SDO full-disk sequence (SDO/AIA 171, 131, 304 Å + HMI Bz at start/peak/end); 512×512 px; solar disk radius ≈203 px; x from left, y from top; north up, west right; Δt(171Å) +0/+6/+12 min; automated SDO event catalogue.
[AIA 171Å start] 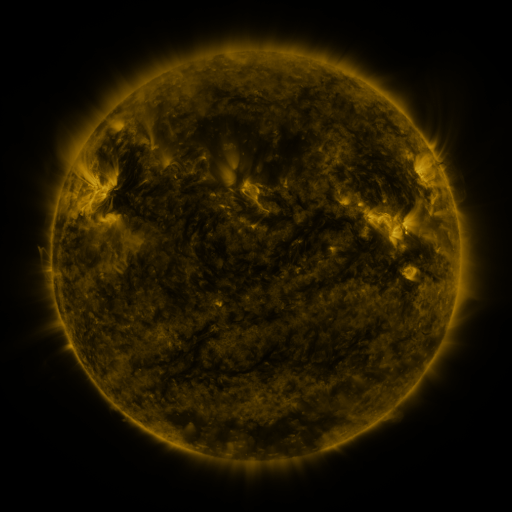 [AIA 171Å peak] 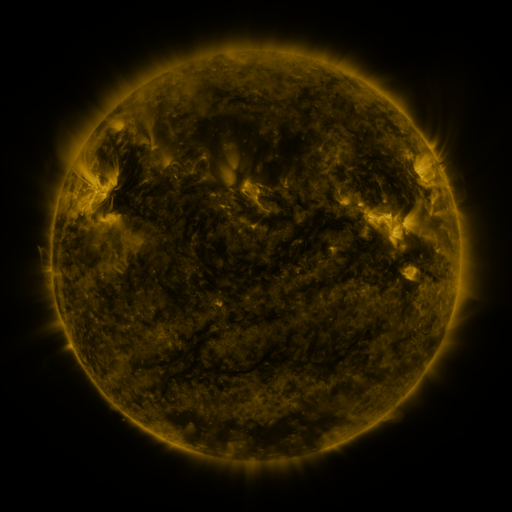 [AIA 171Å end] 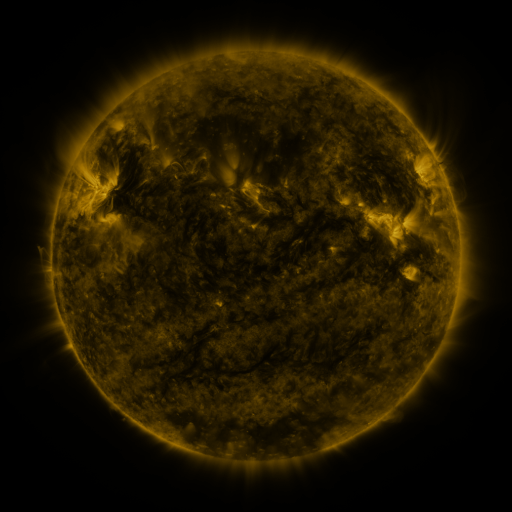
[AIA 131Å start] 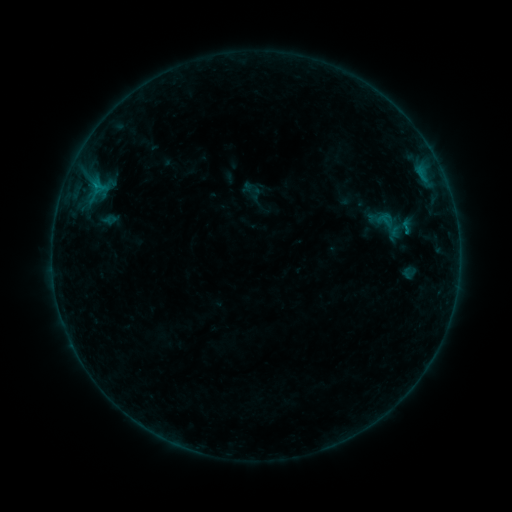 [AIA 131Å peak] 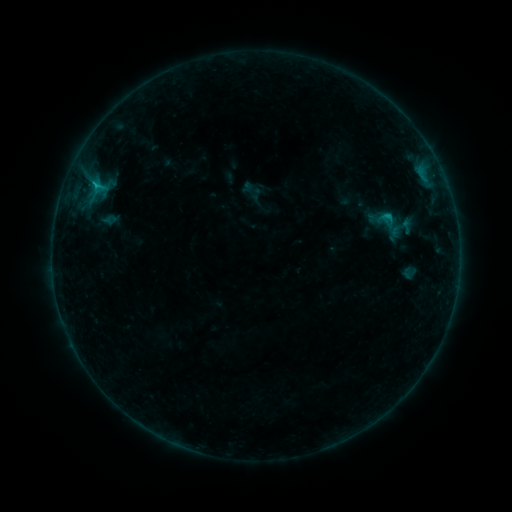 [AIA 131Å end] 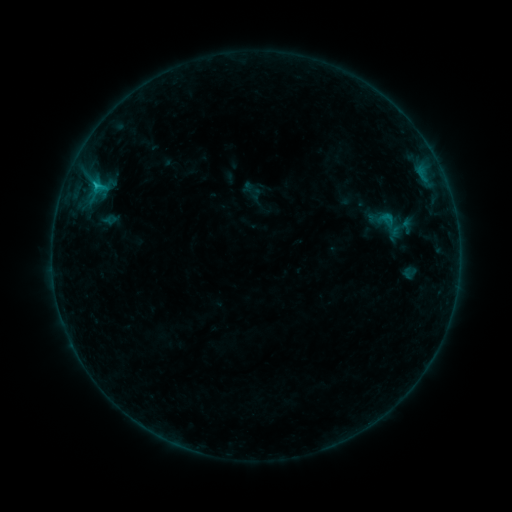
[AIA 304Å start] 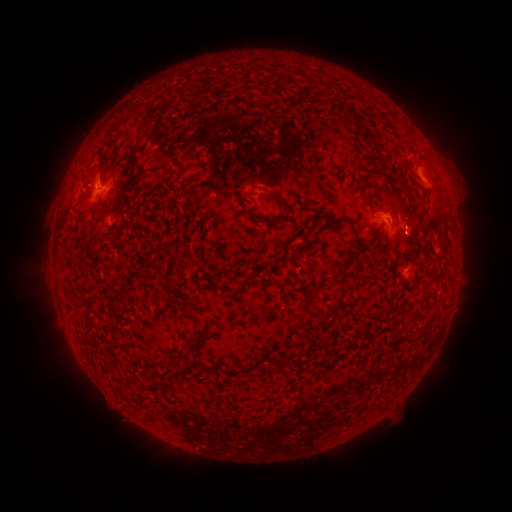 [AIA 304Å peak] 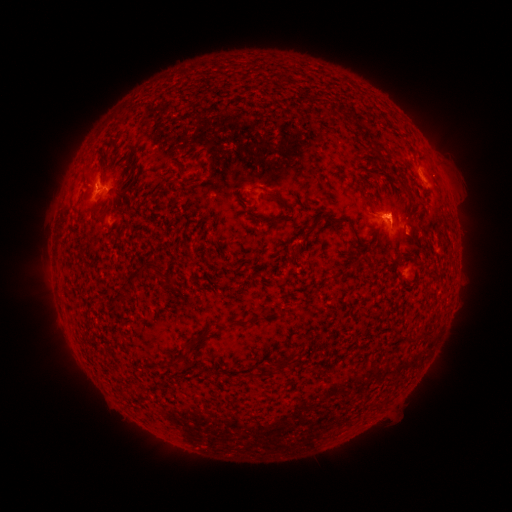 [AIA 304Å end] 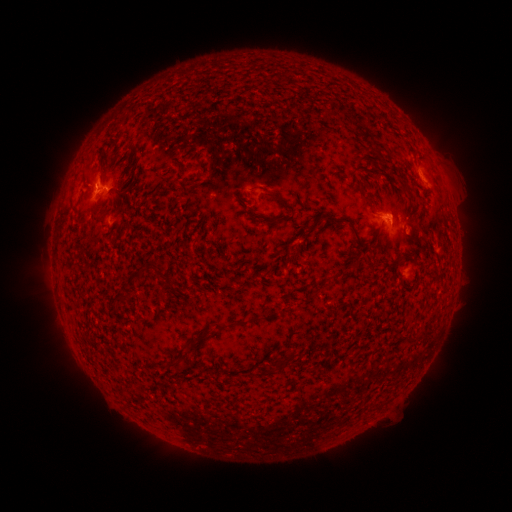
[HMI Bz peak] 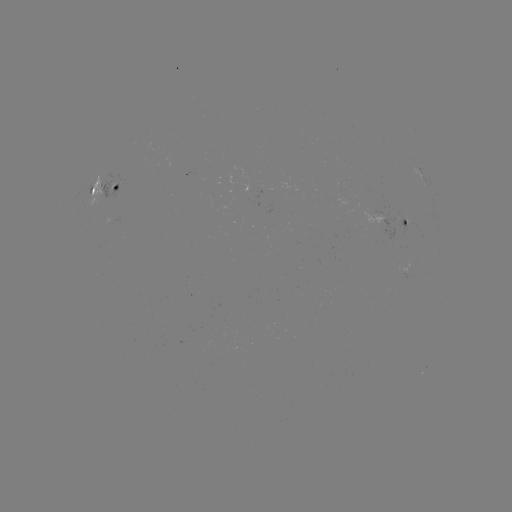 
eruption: <bbox>356, 191, 421, 233</bbox>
